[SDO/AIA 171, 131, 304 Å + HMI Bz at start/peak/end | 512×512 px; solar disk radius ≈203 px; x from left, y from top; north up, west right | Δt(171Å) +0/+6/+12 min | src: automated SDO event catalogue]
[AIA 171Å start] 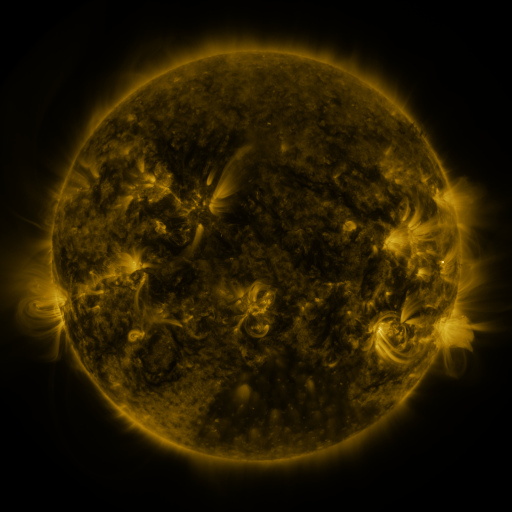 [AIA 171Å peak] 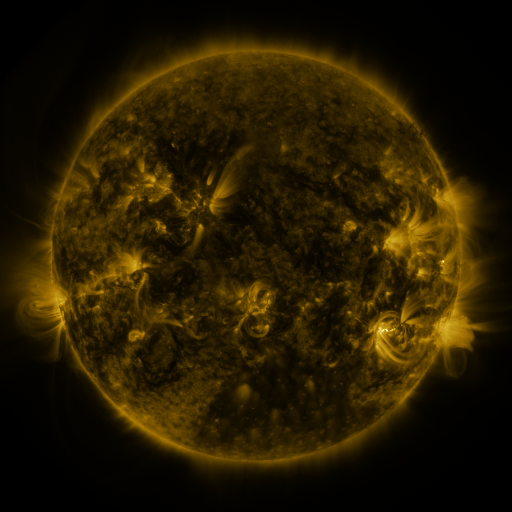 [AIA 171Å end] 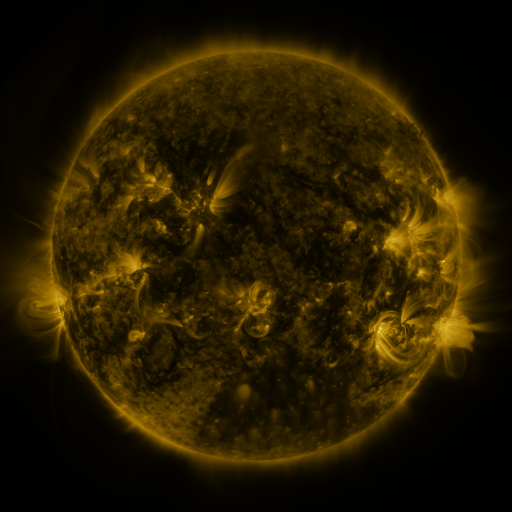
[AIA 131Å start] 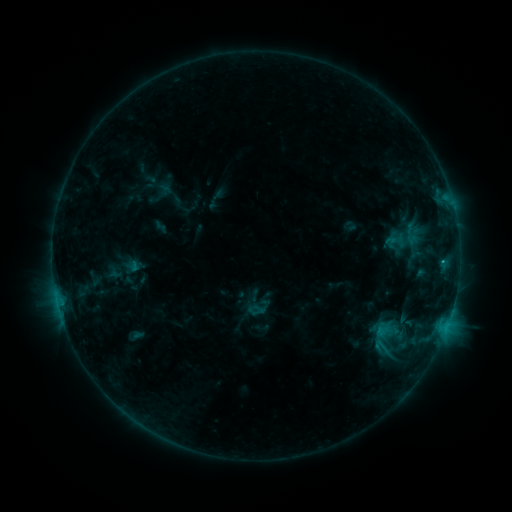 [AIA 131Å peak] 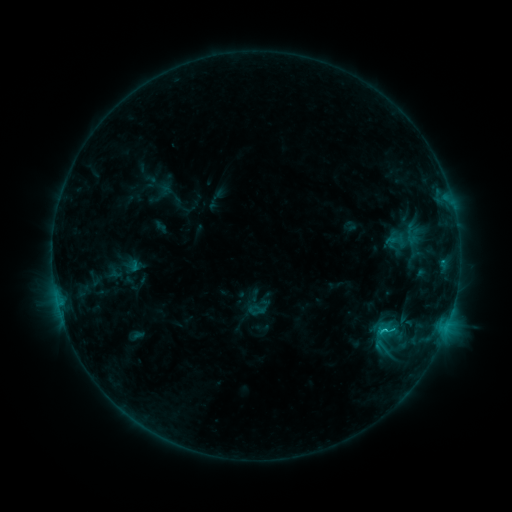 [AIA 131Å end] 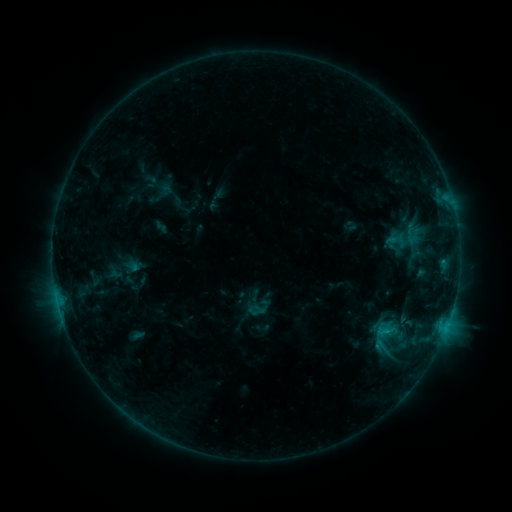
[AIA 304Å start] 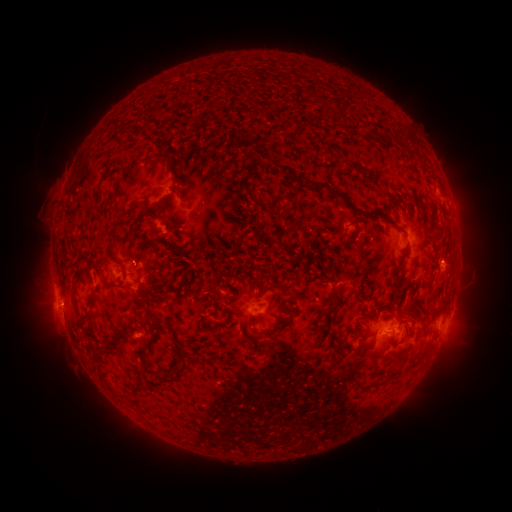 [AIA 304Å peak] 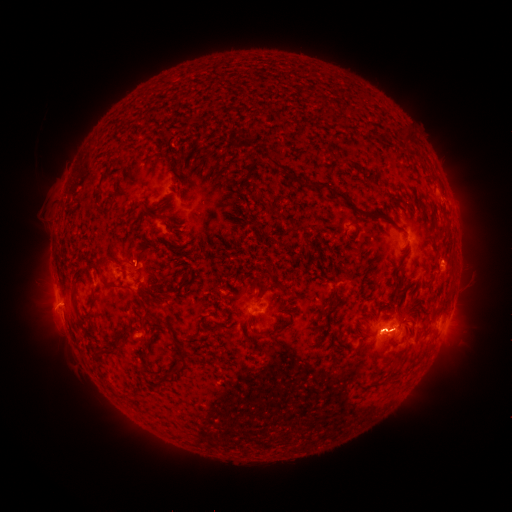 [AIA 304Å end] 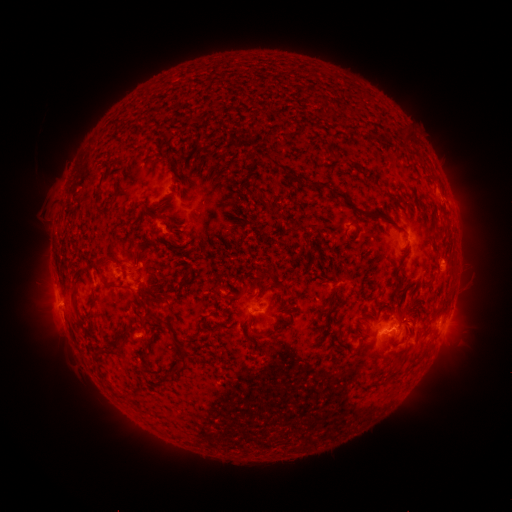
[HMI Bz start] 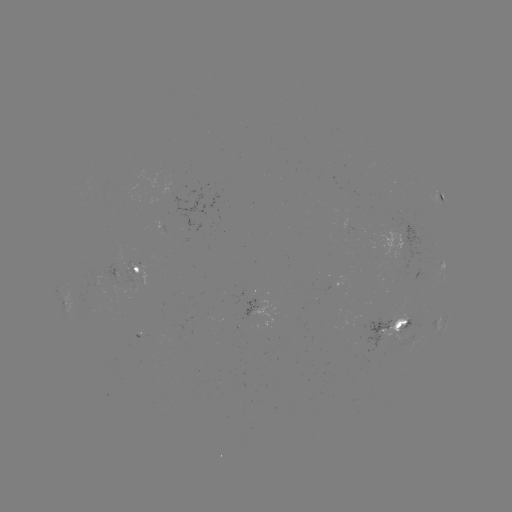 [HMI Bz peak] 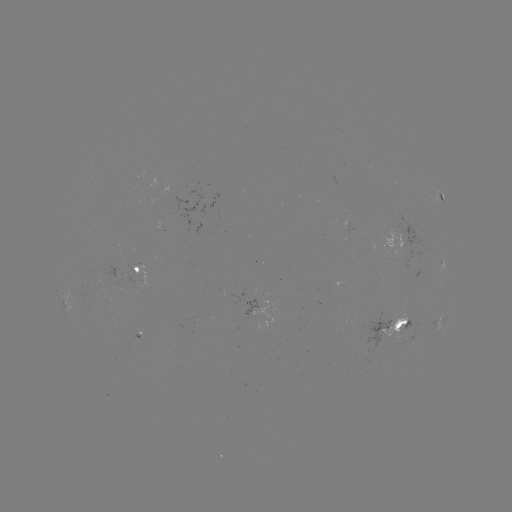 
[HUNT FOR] C1.0 flare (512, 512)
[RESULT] (383, 329)